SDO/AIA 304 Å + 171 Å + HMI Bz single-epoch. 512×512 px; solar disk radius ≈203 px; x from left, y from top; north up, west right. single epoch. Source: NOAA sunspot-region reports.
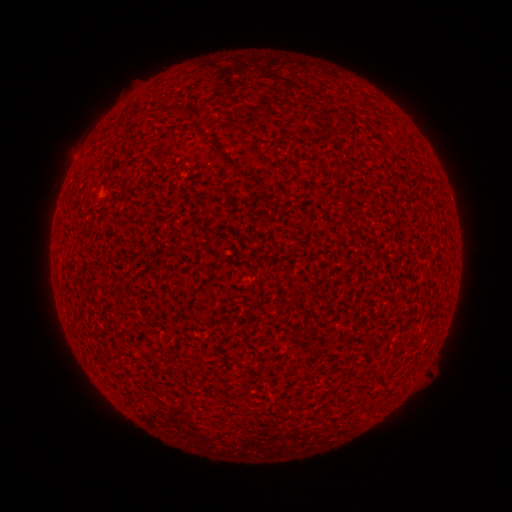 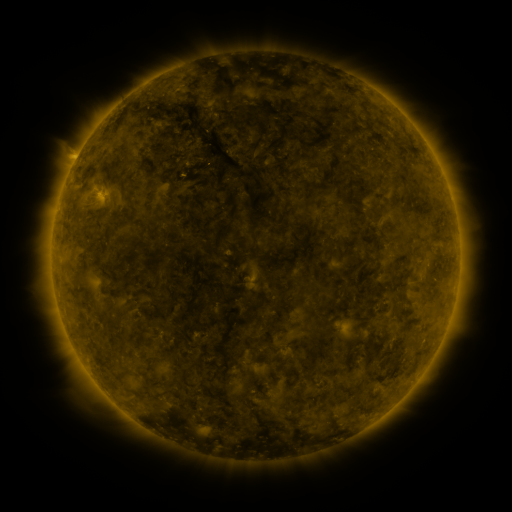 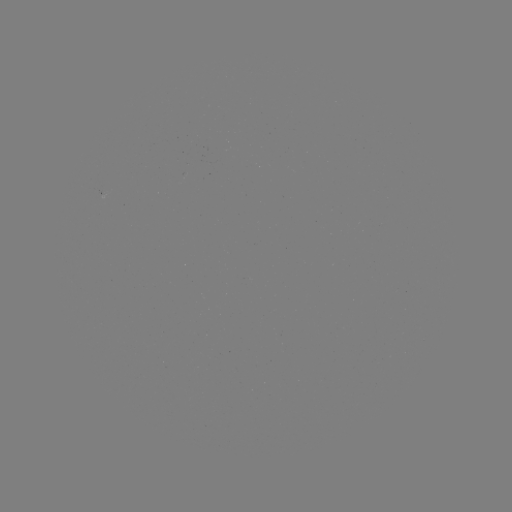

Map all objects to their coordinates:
(none)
